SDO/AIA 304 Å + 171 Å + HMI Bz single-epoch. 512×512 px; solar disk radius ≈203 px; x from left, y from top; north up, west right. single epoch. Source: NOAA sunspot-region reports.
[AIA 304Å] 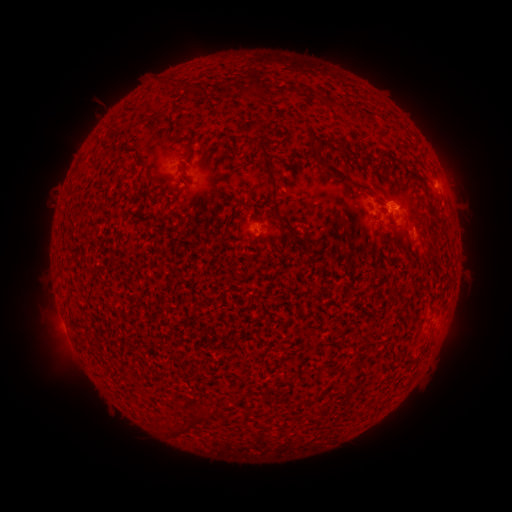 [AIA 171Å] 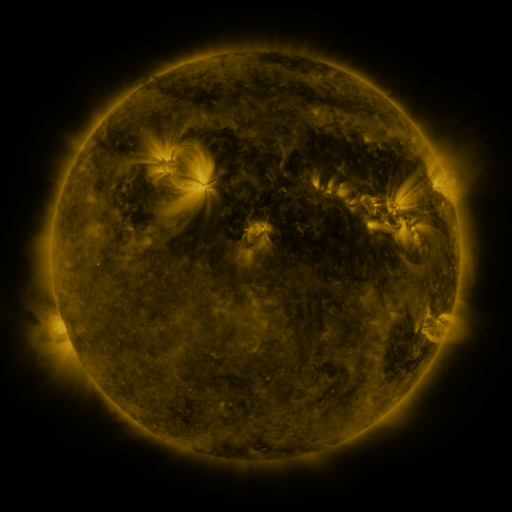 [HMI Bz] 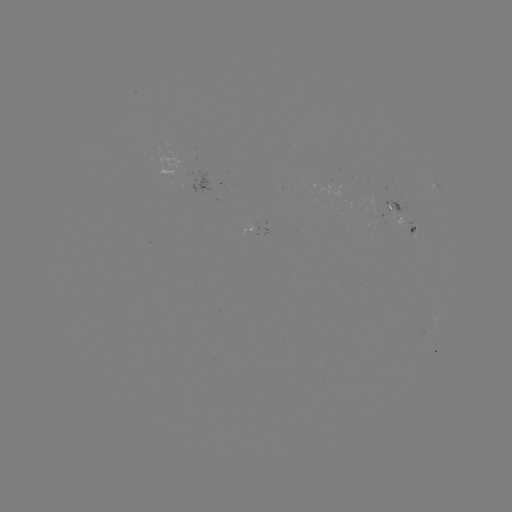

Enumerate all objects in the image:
spotted active region: (384, 213)
spotted active region: (252, 226)
spotted active region: (411, 231)
